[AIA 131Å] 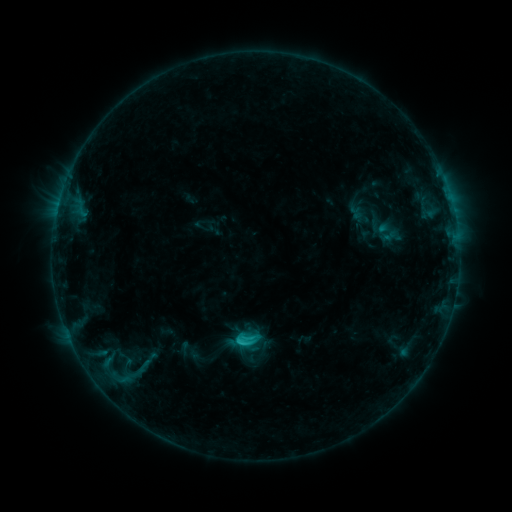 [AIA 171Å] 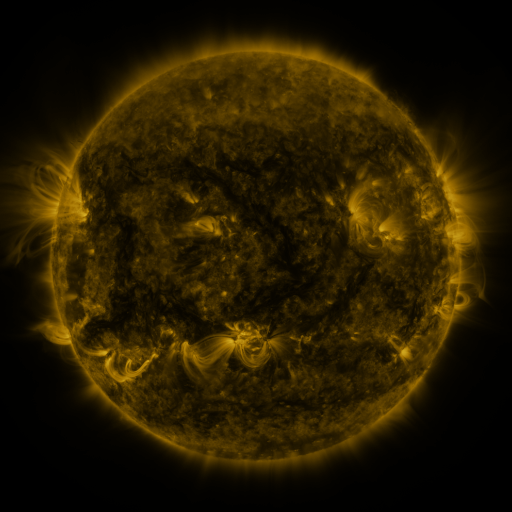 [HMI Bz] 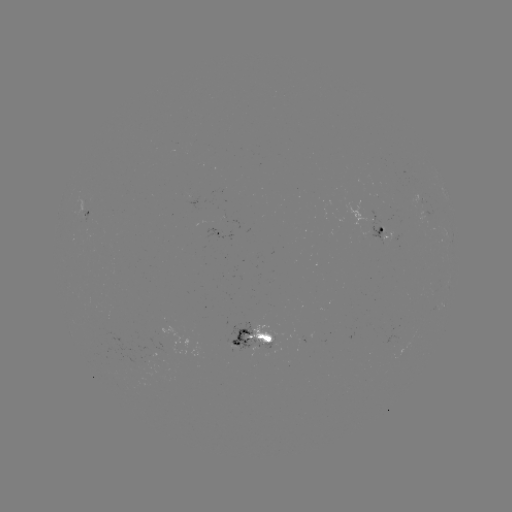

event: sigmoid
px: (139, 369)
